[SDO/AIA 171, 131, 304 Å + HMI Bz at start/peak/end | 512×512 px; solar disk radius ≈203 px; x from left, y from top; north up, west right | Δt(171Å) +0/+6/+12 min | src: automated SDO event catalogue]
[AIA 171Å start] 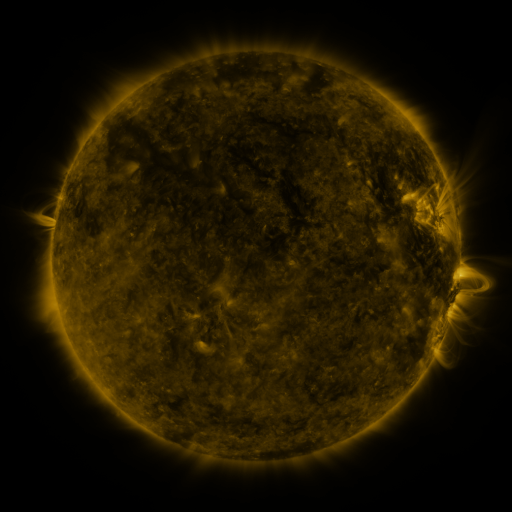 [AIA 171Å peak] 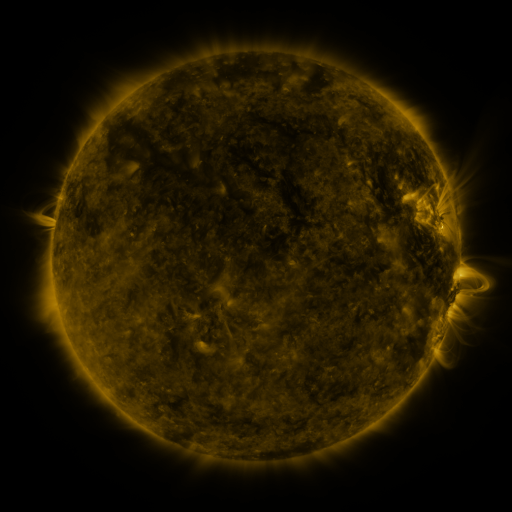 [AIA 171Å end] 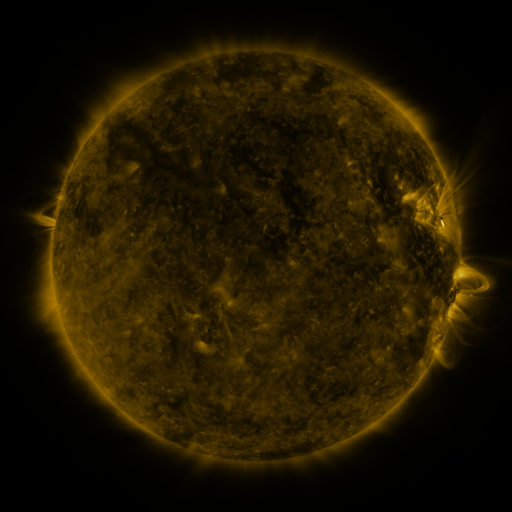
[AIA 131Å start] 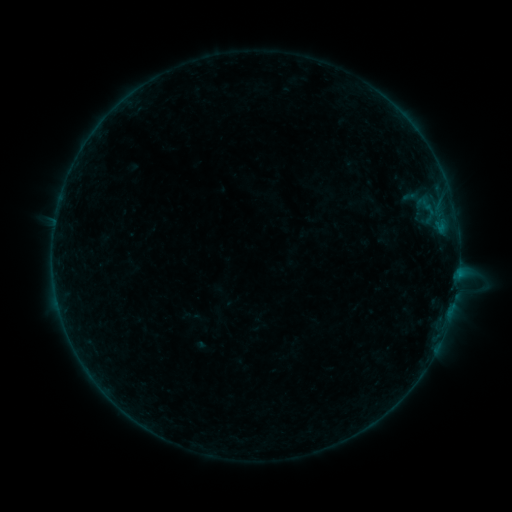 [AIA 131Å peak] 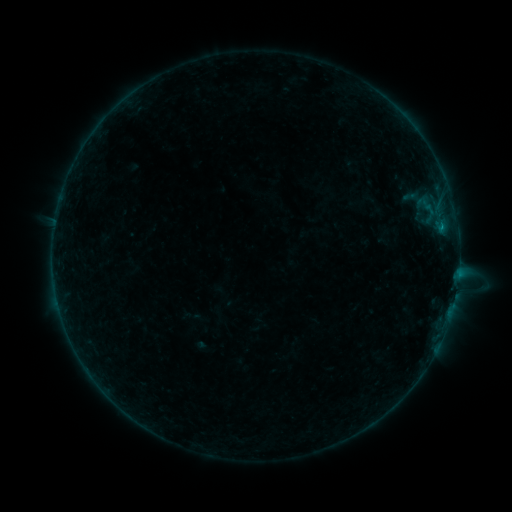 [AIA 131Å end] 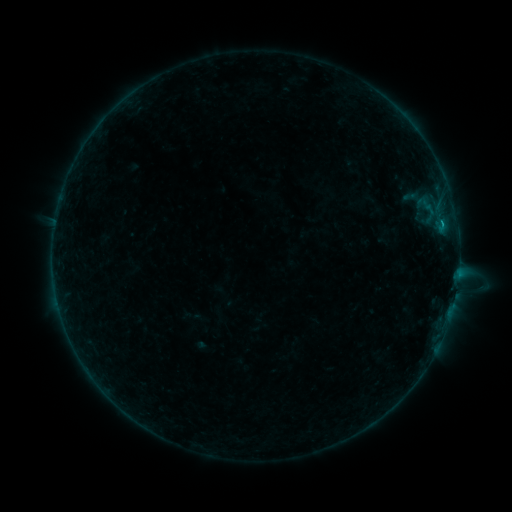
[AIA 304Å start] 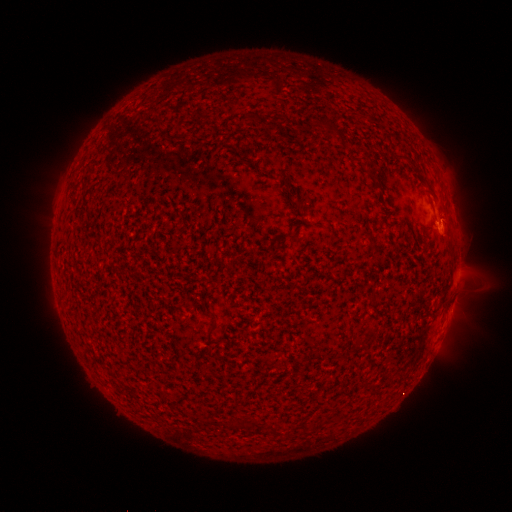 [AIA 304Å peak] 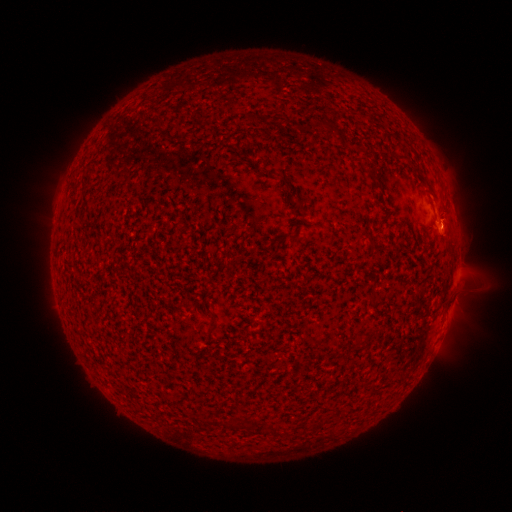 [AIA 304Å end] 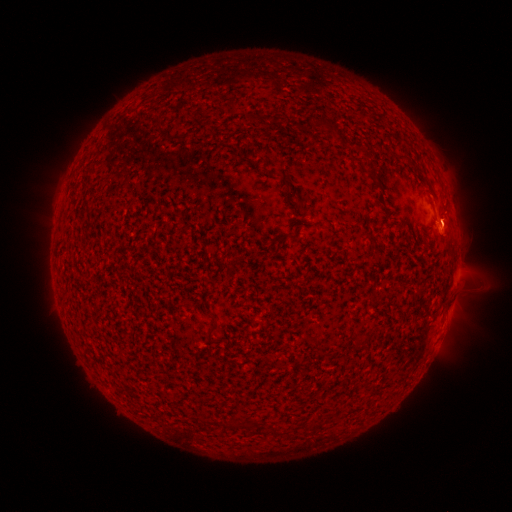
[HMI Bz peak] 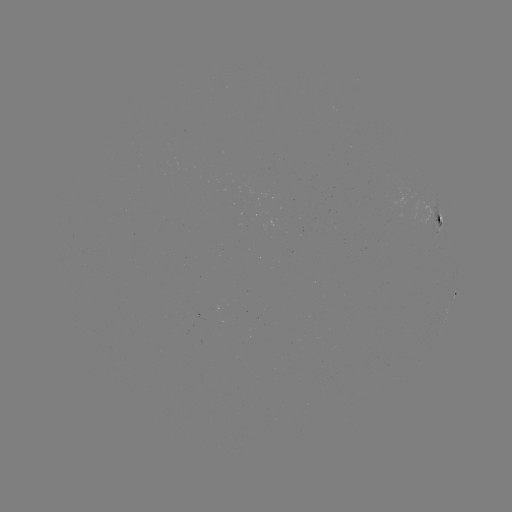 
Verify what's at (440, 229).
B2.9 flare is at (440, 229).